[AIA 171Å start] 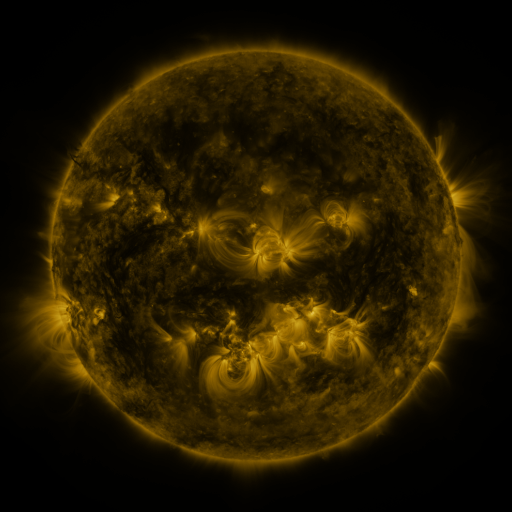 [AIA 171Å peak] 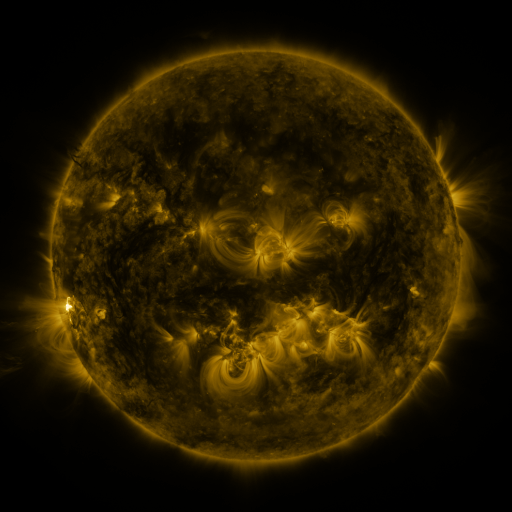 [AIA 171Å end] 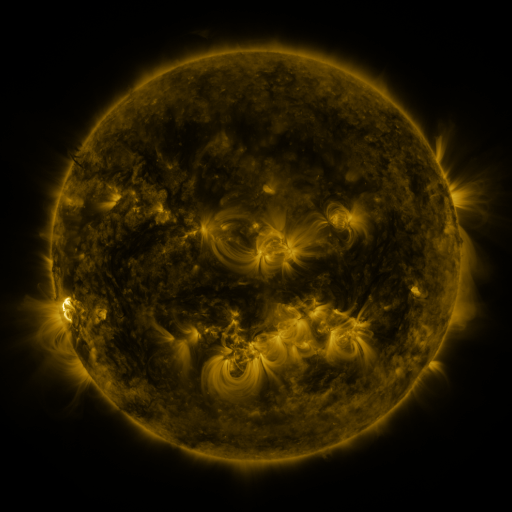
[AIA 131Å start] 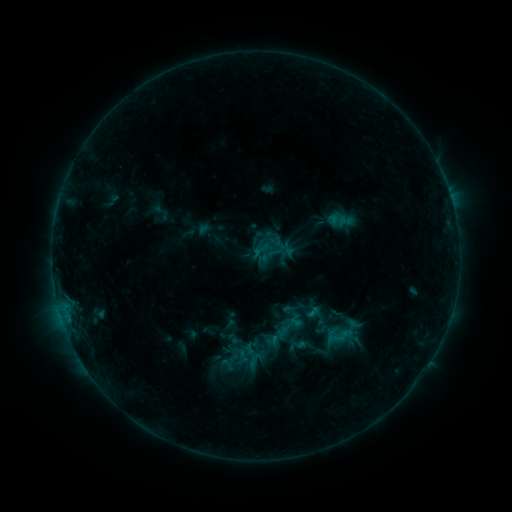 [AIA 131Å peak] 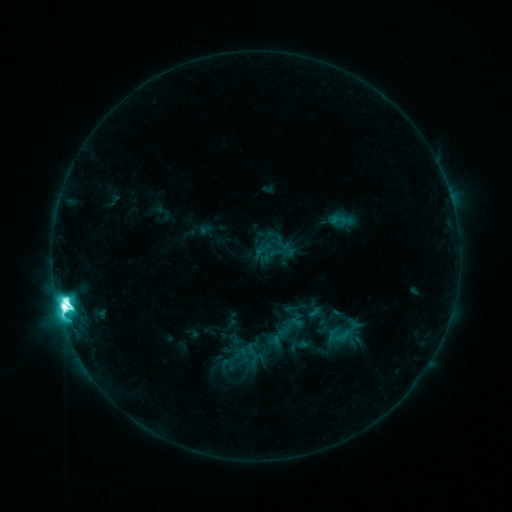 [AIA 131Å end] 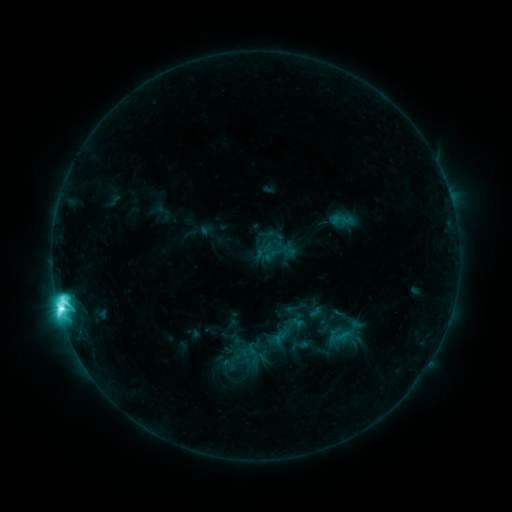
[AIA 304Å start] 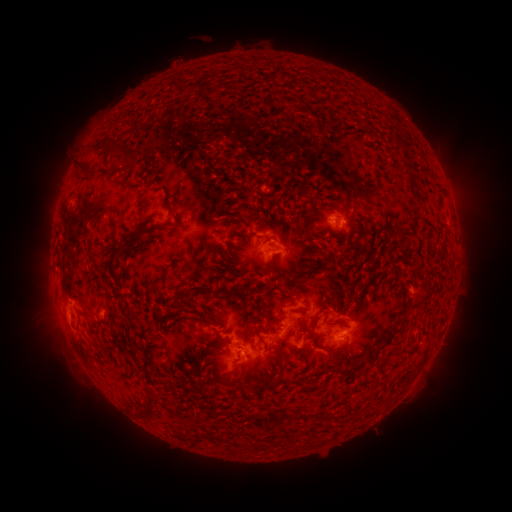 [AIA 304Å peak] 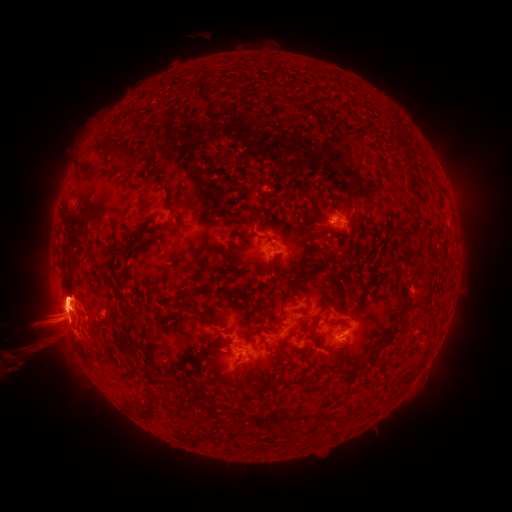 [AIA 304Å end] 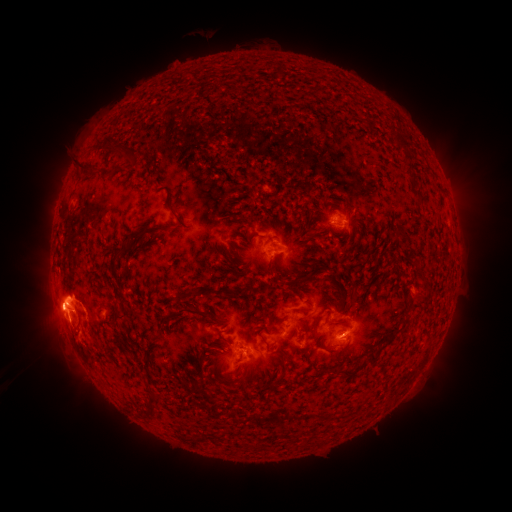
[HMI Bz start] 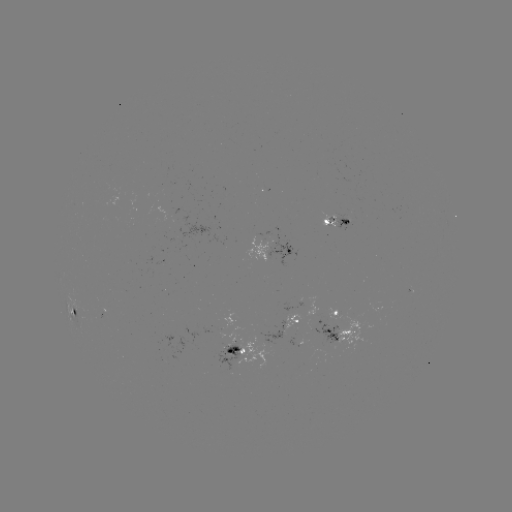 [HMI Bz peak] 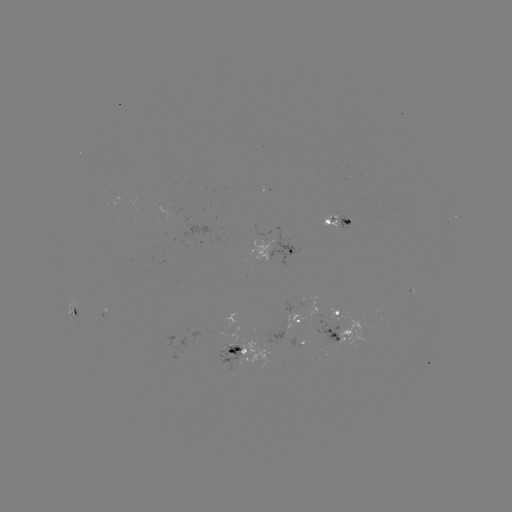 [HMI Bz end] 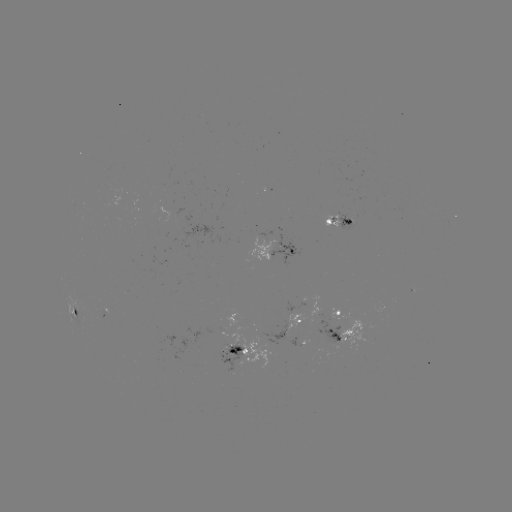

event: flare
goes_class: M2.9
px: (64, 306)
